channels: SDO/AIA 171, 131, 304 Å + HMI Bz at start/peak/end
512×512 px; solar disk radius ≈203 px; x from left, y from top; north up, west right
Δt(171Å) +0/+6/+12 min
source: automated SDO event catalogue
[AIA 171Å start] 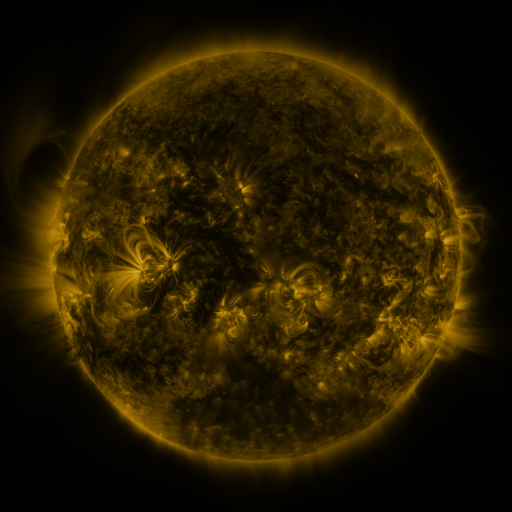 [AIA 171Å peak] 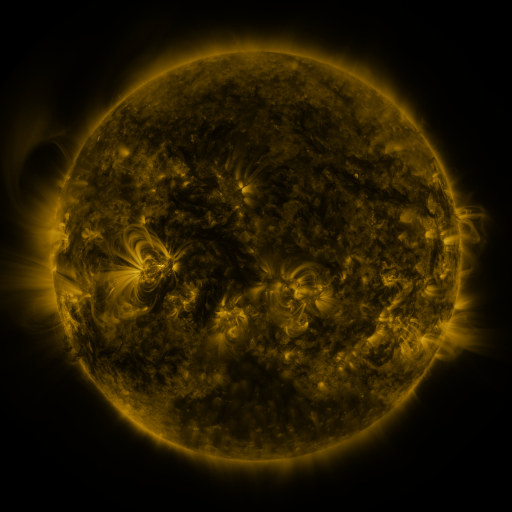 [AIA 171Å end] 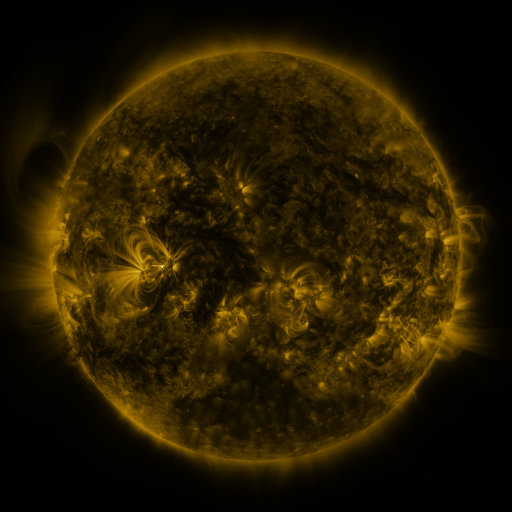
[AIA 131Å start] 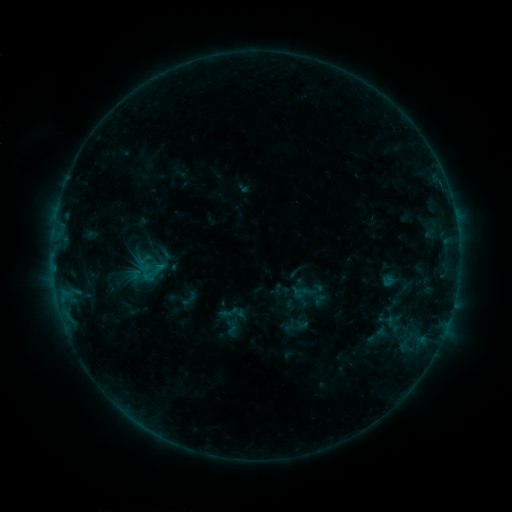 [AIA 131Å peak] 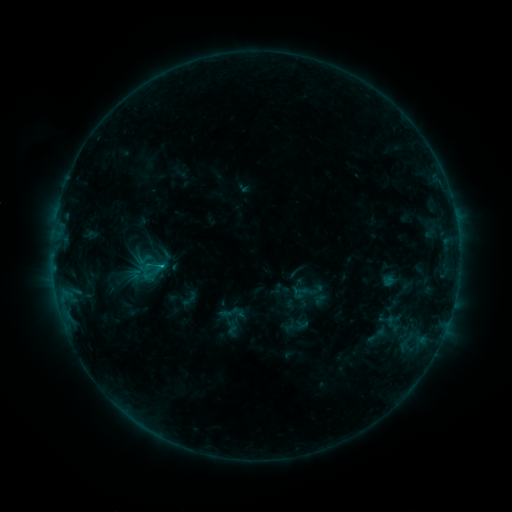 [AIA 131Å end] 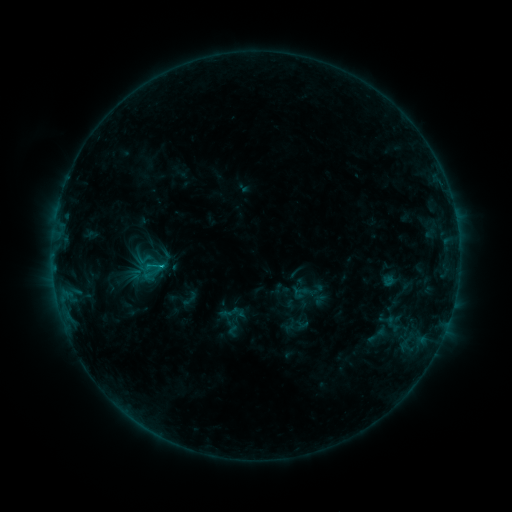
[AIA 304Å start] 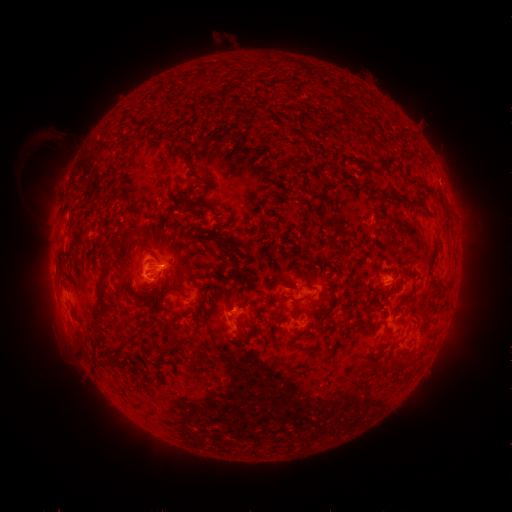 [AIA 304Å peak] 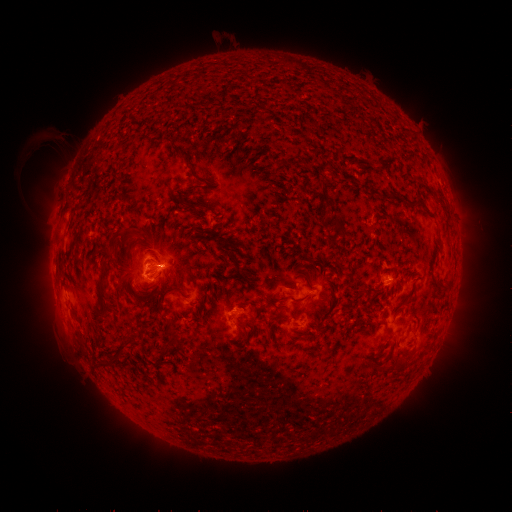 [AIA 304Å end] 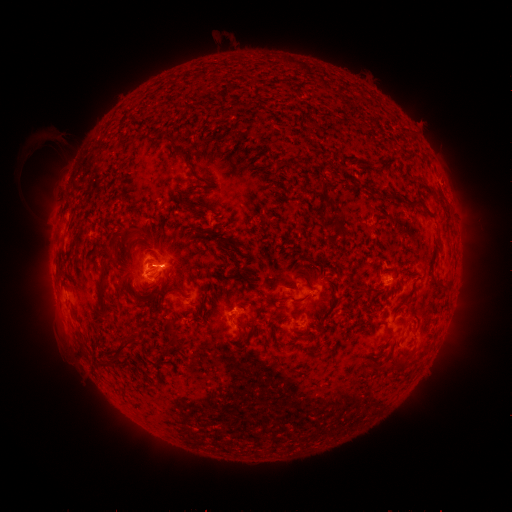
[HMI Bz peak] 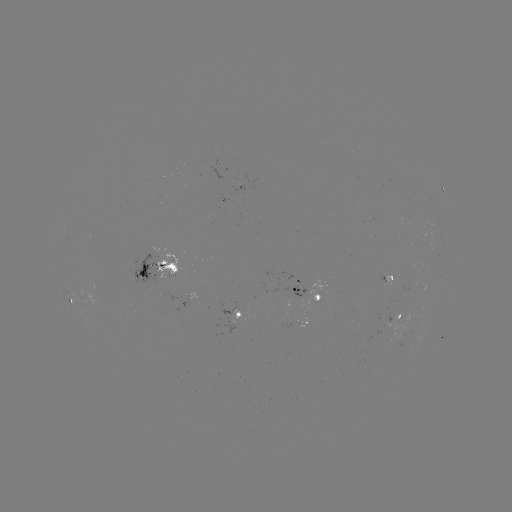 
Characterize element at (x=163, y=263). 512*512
C1.0 flare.